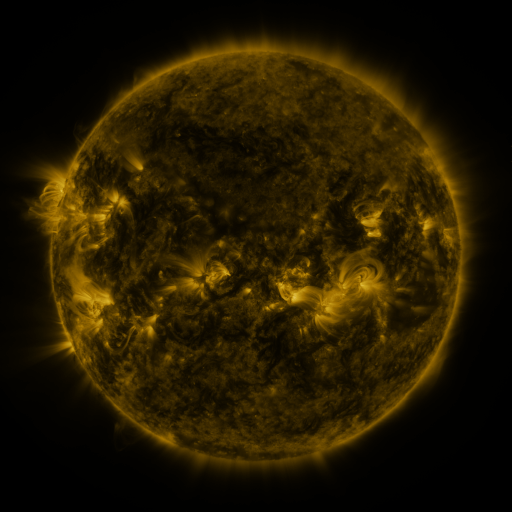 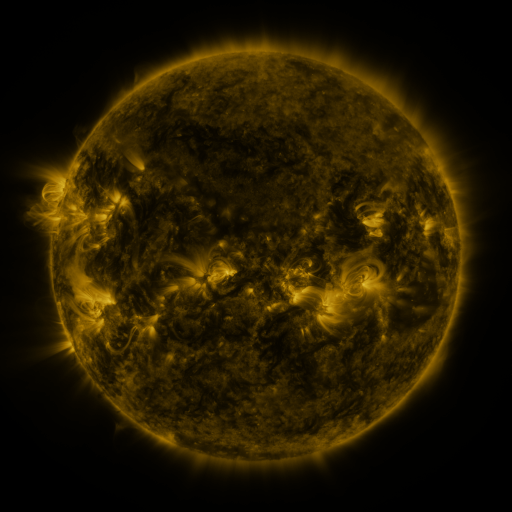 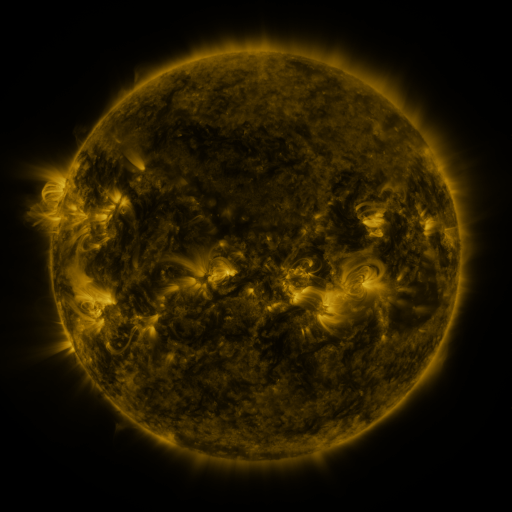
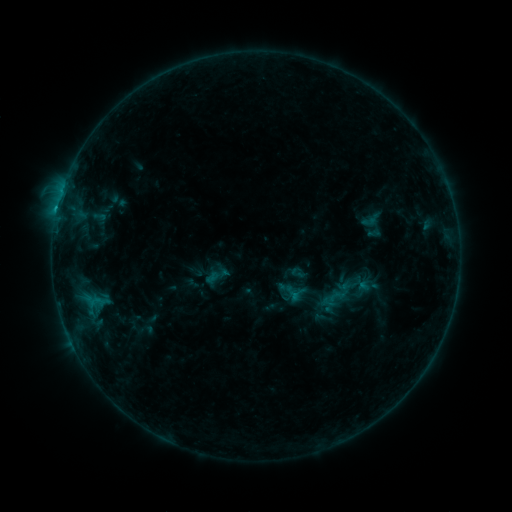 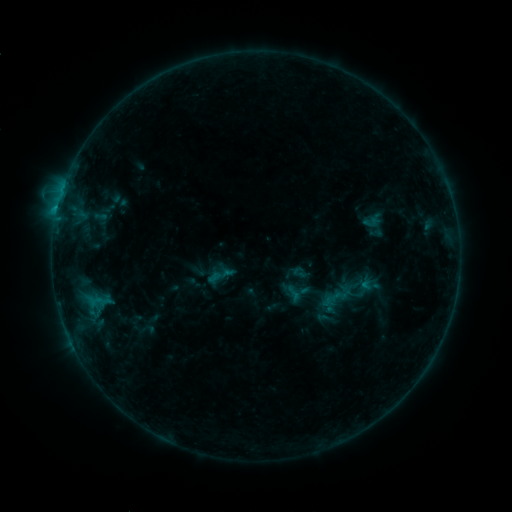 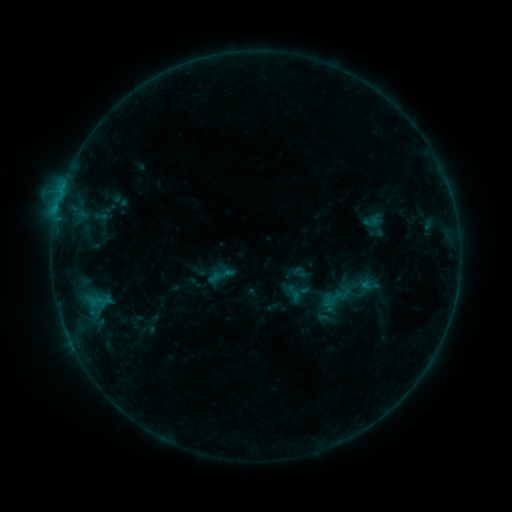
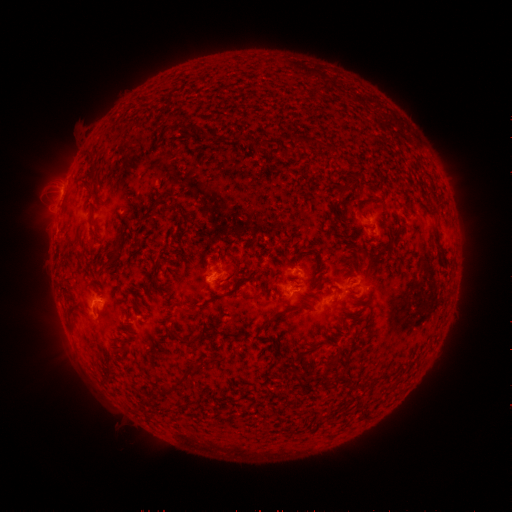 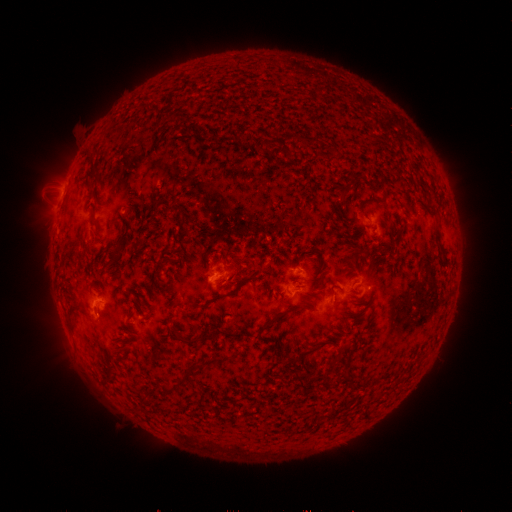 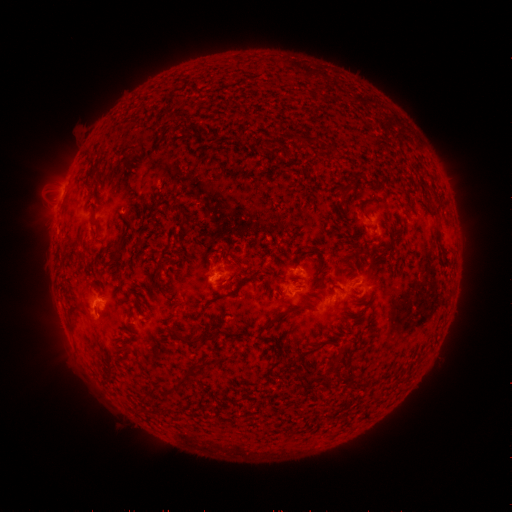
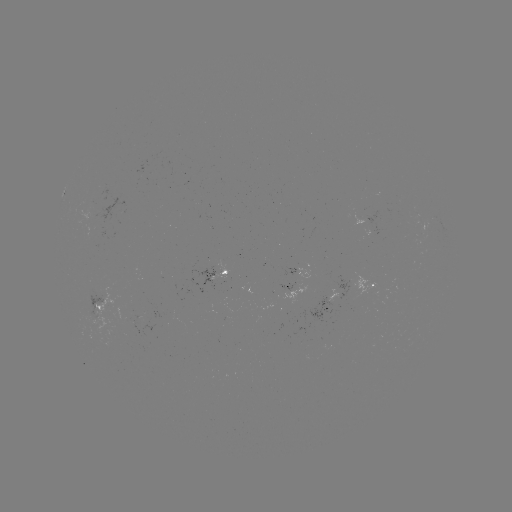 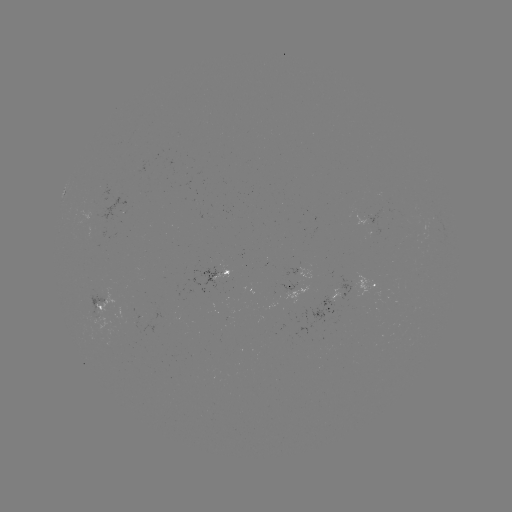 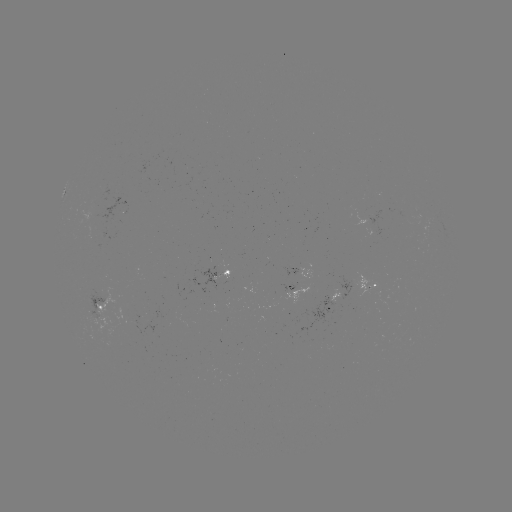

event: emerging-flux region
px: (92, 216)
